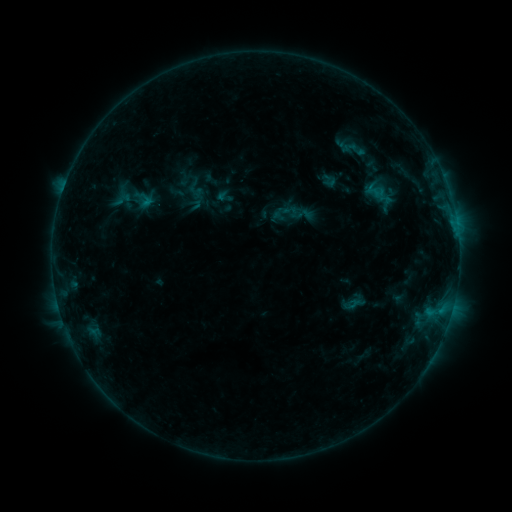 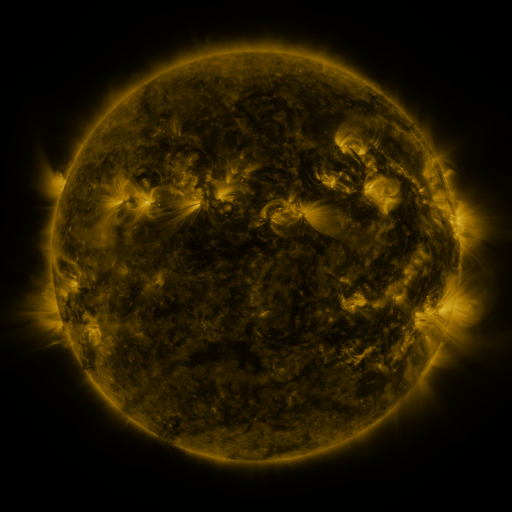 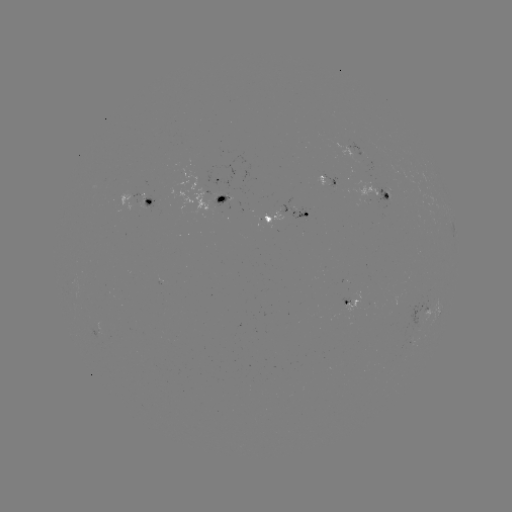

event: sigmoid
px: (329, 181)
